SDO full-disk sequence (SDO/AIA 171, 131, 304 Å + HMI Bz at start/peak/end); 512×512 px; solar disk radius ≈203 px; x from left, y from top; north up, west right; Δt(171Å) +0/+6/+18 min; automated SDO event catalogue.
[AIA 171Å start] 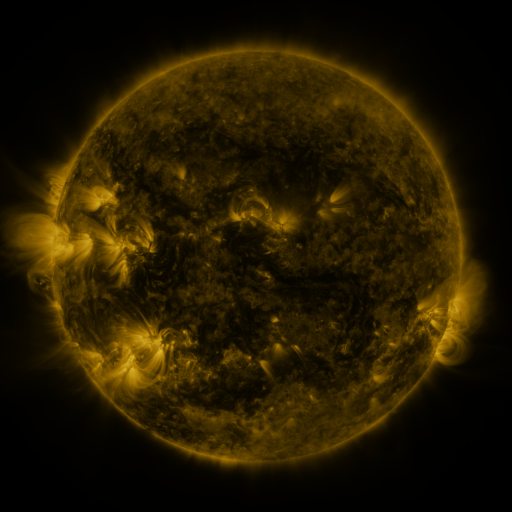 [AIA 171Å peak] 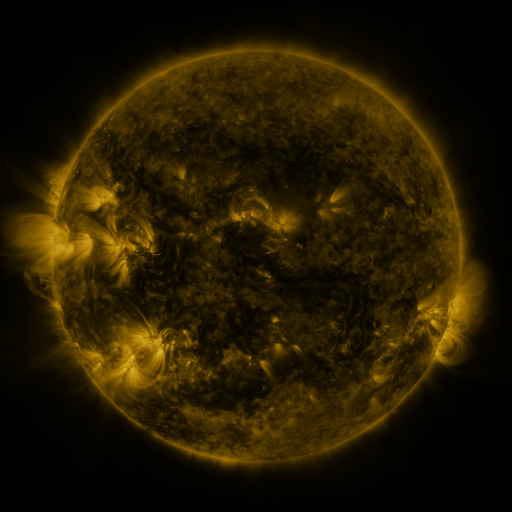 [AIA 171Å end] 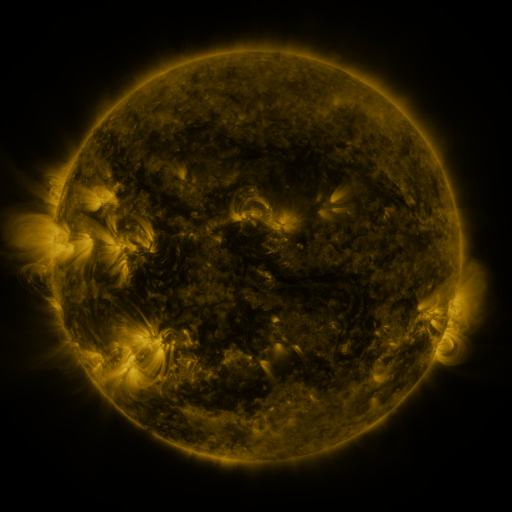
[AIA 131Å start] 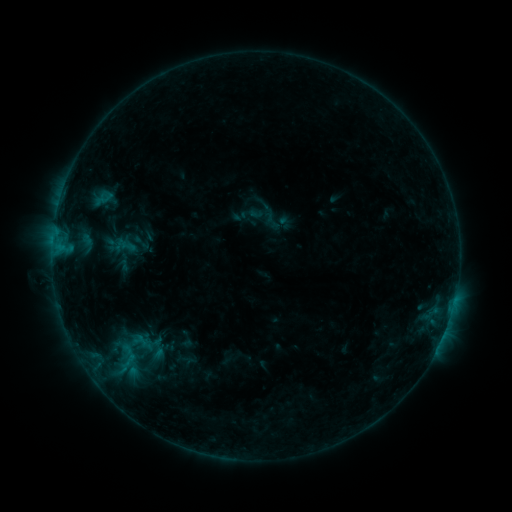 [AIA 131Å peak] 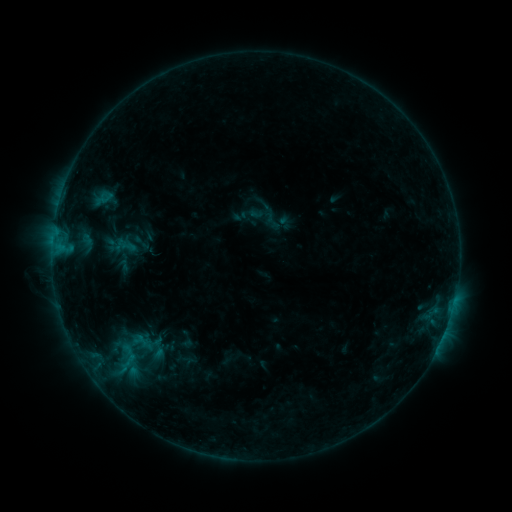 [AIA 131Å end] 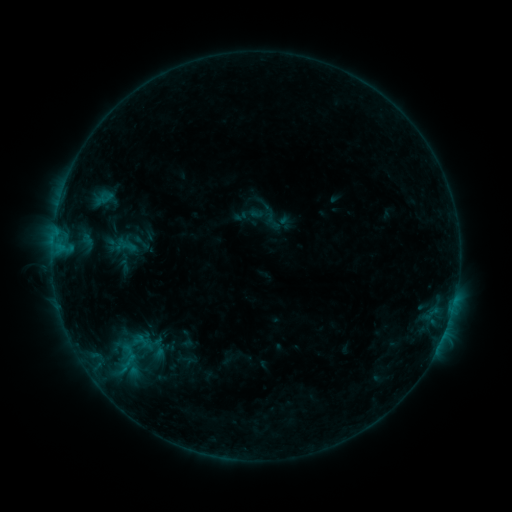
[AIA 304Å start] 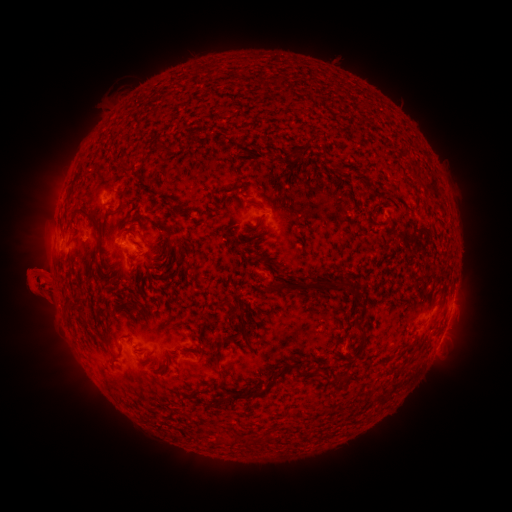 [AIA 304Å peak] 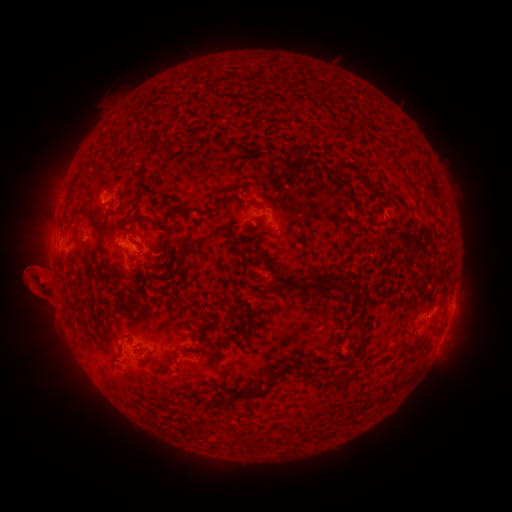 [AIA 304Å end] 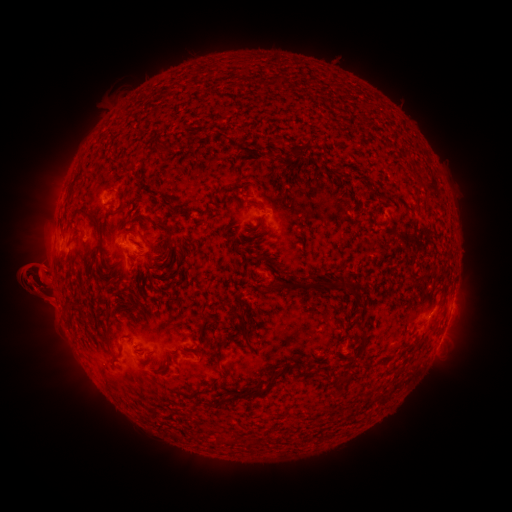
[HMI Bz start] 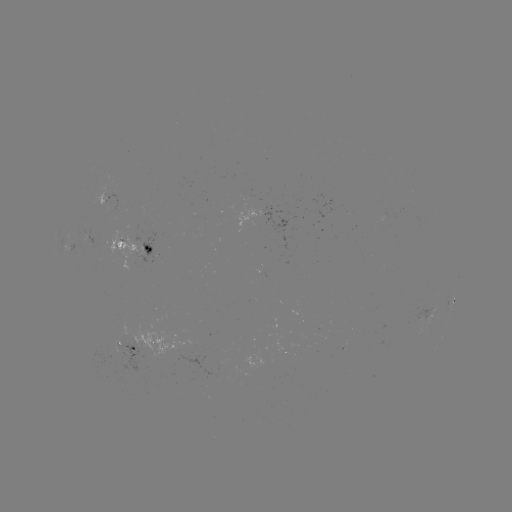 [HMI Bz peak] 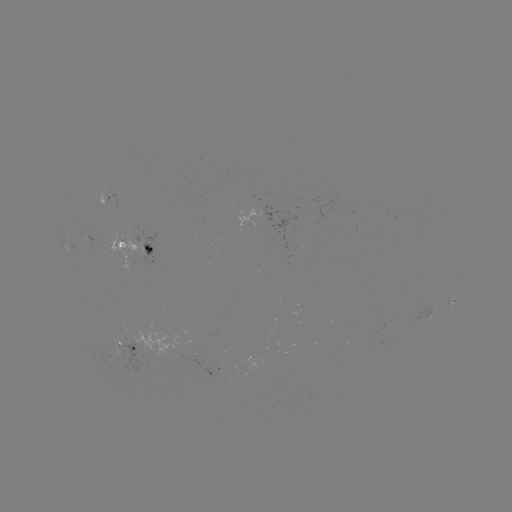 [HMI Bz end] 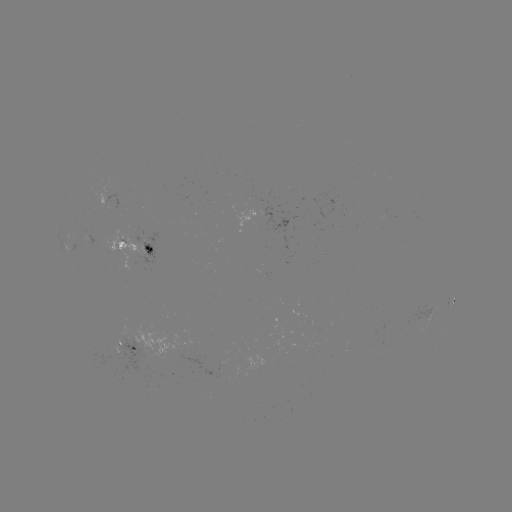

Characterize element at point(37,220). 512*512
eruption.